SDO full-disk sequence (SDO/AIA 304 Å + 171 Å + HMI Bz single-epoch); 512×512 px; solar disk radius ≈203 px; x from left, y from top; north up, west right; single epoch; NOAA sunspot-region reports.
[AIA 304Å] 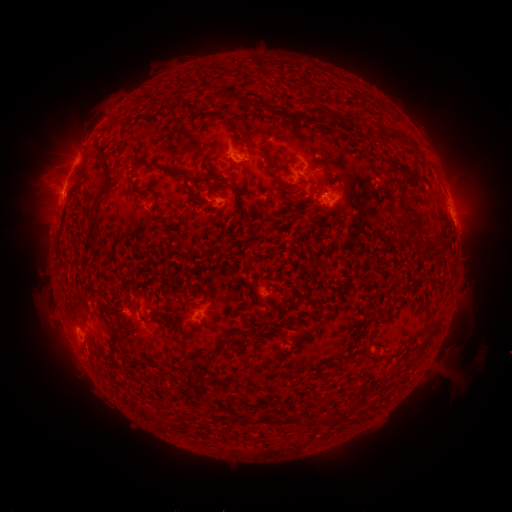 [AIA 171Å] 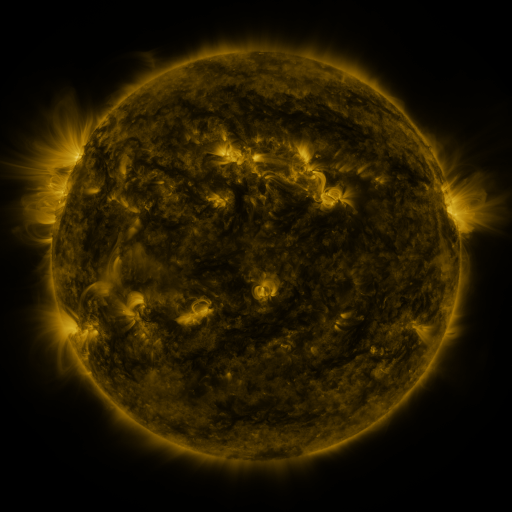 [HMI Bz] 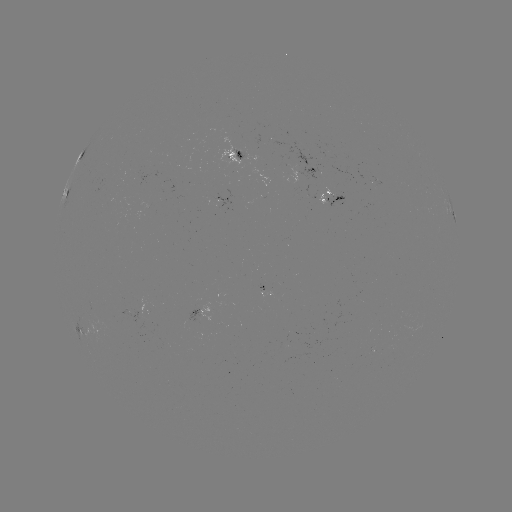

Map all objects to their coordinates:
spotted active region: (236, 149)
spotted active region: (79, 163)
spotted active region: (314, 168)
spotted active region: (330, 192)
spotted active region: (67, 198)
spotted active region: (452, 211)
spotted active region: (269, 289)
spotted active region: (209, 311)
spotted active region: (82, 333)
